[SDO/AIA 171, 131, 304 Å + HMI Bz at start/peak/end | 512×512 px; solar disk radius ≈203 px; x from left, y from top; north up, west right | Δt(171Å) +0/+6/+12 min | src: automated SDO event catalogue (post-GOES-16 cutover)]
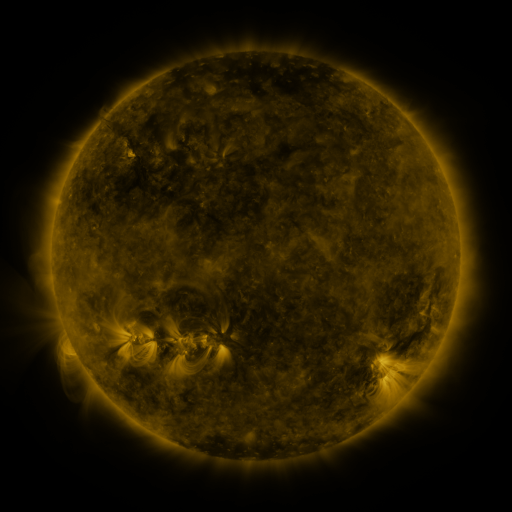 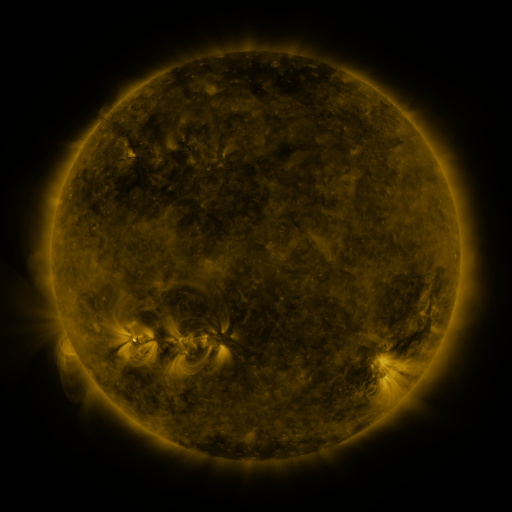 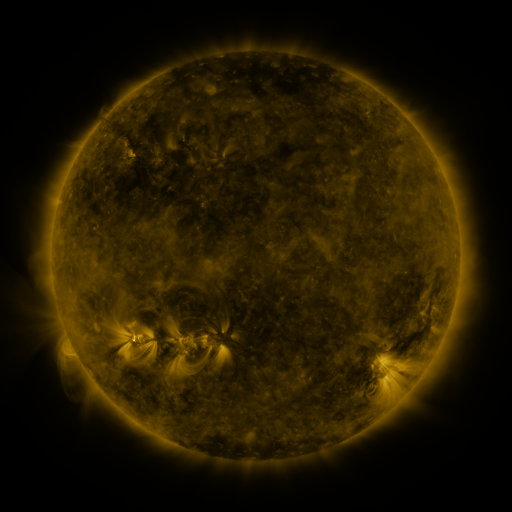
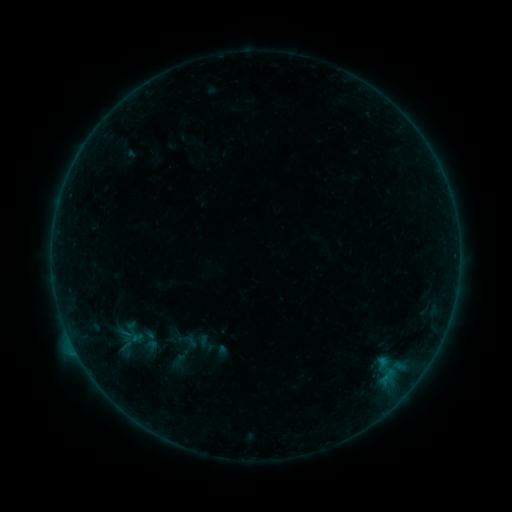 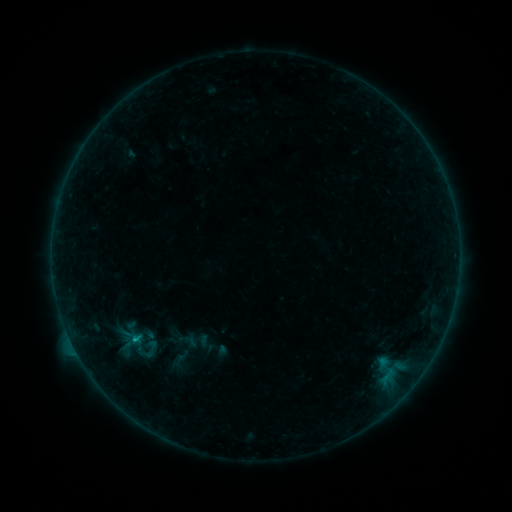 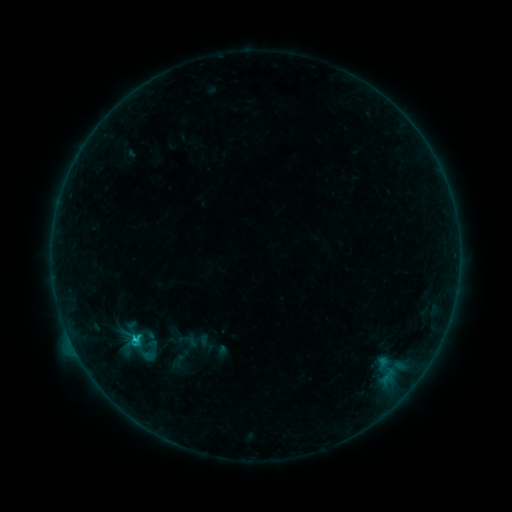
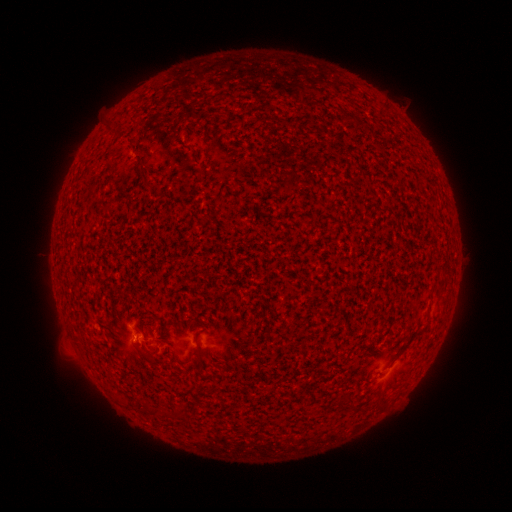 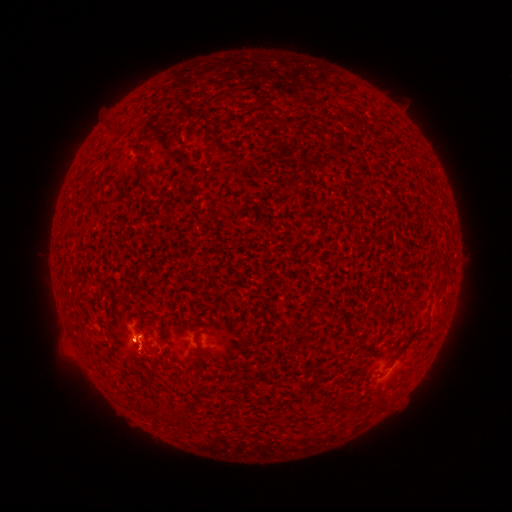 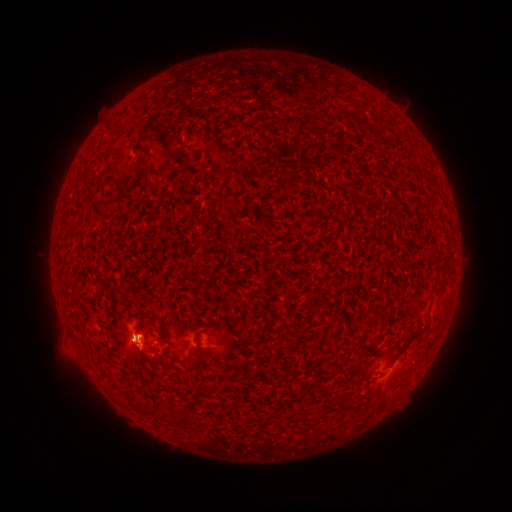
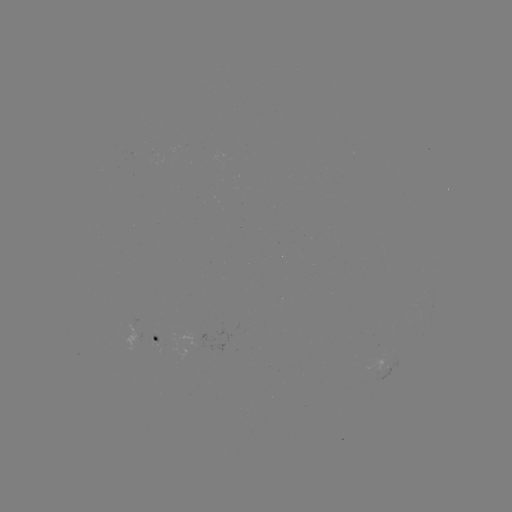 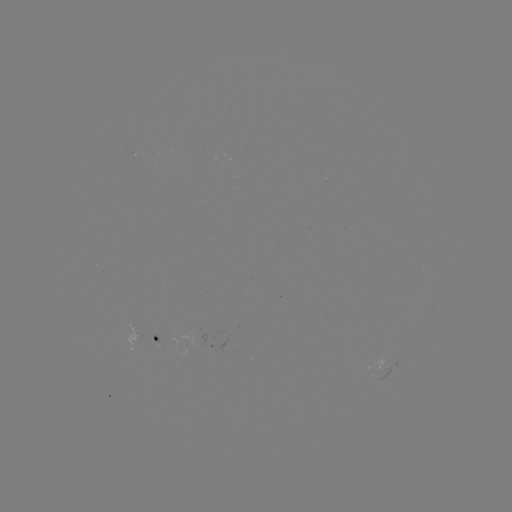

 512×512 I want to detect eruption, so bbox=[114, 313, 166, 386].